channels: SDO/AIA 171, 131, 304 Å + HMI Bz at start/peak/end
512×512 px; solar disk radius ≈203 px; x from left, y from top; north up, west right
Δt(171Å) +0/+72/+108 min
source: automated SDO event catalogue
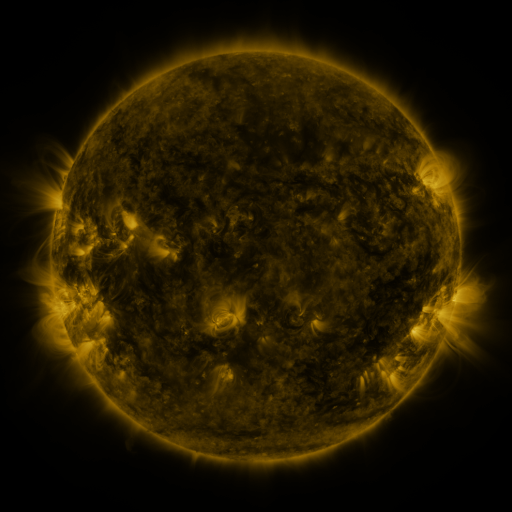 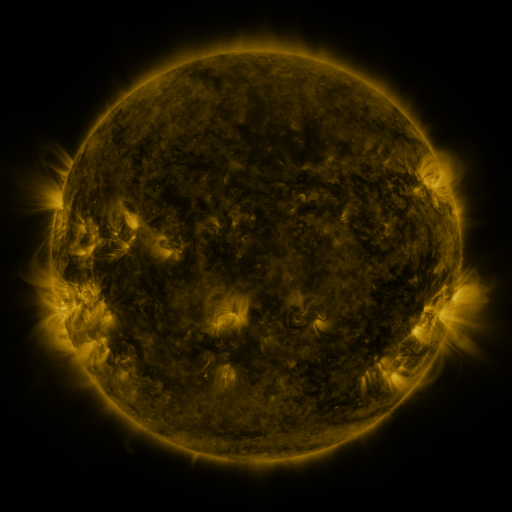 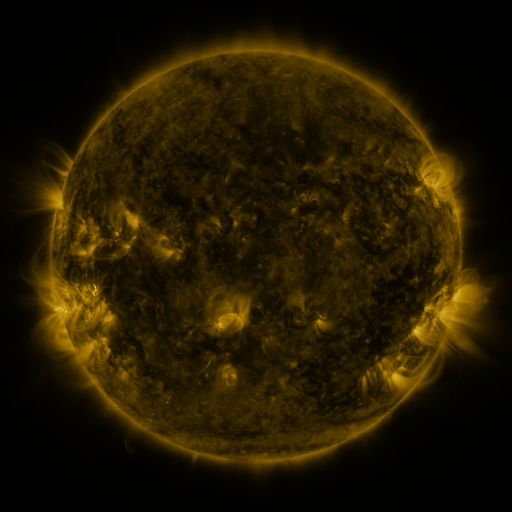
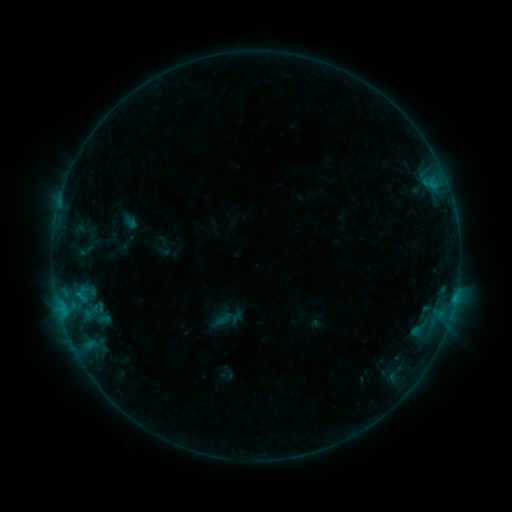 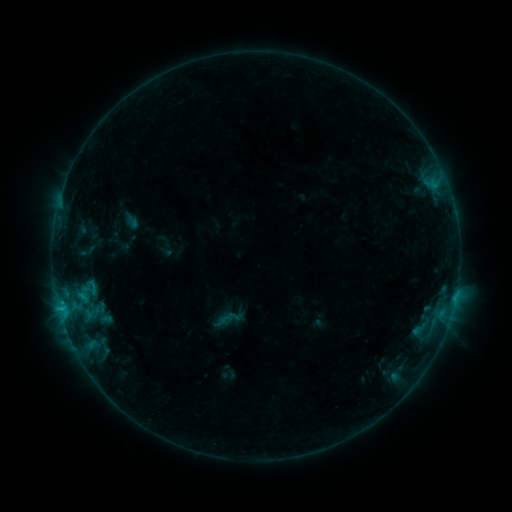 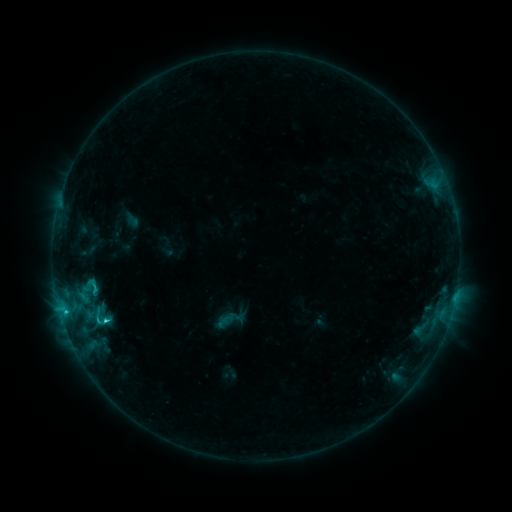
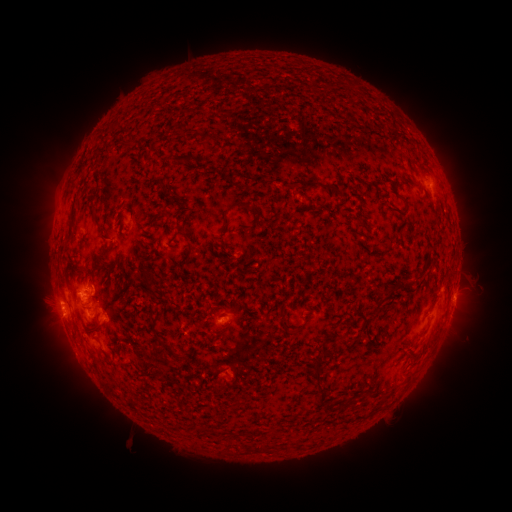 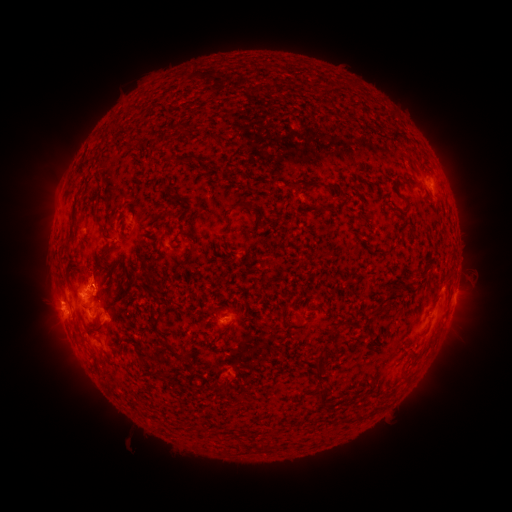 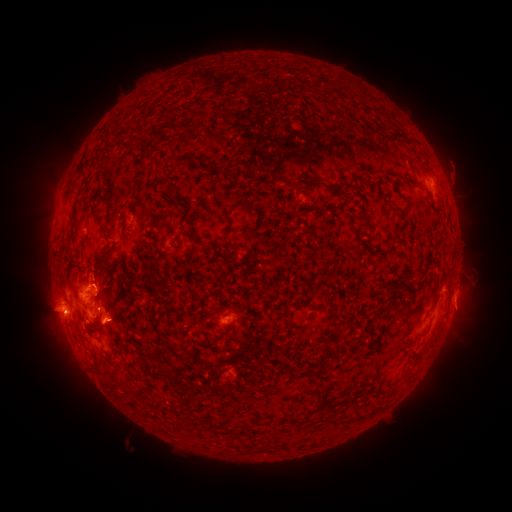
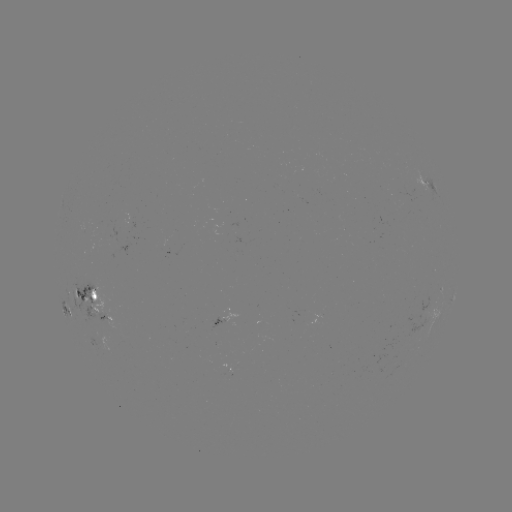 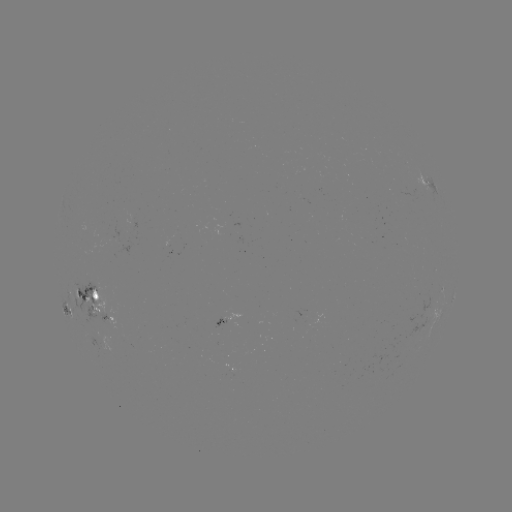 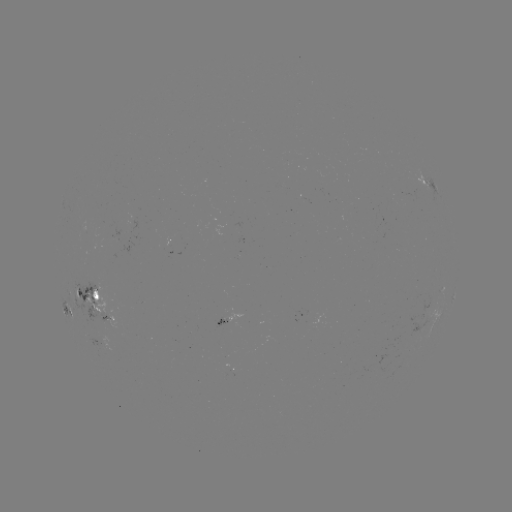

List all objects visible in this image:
emerging-flux region: (109, 237)
